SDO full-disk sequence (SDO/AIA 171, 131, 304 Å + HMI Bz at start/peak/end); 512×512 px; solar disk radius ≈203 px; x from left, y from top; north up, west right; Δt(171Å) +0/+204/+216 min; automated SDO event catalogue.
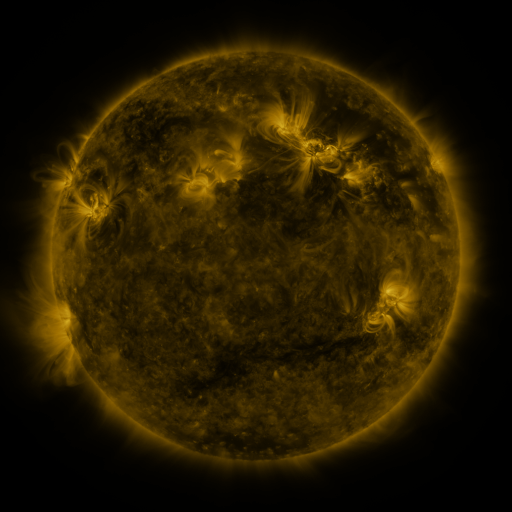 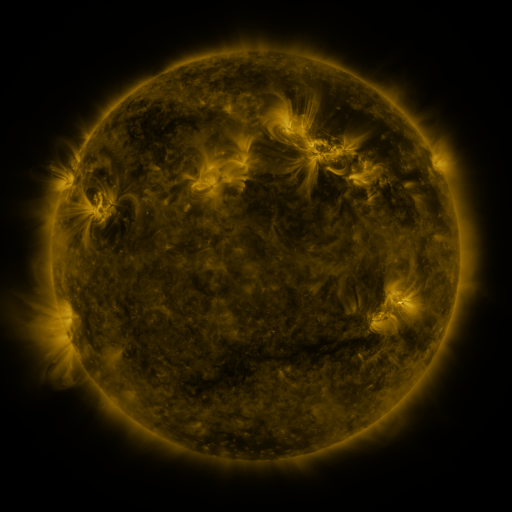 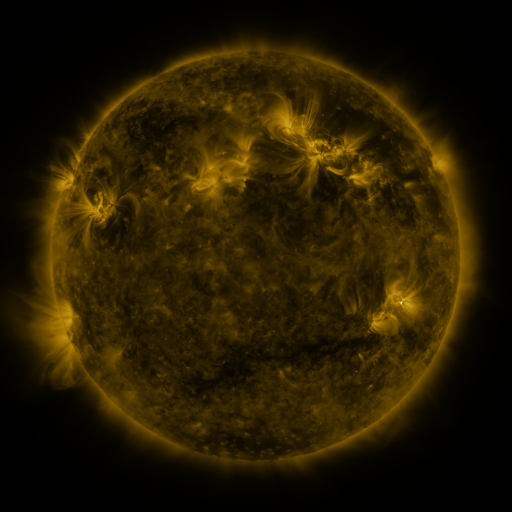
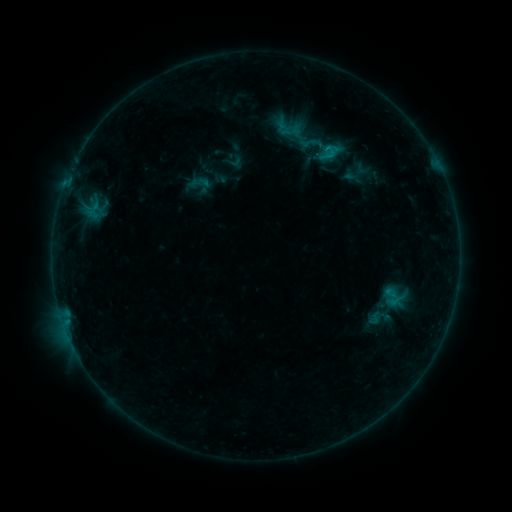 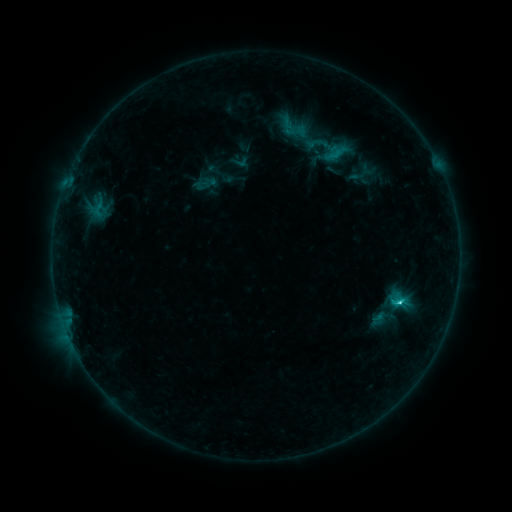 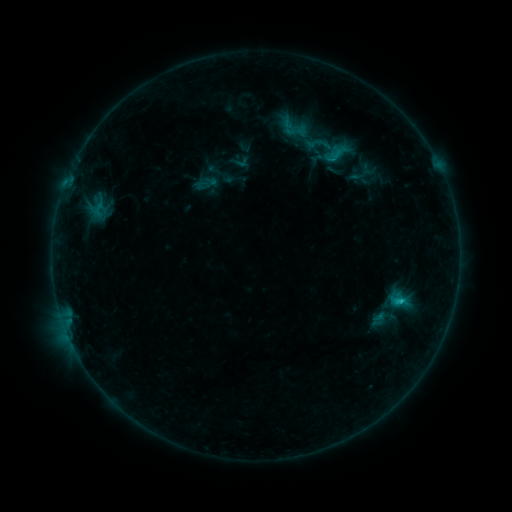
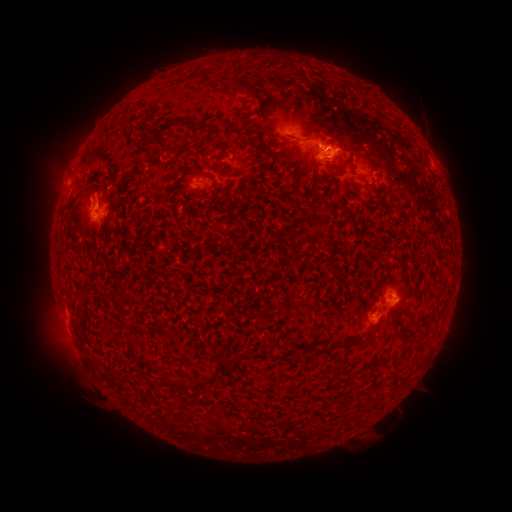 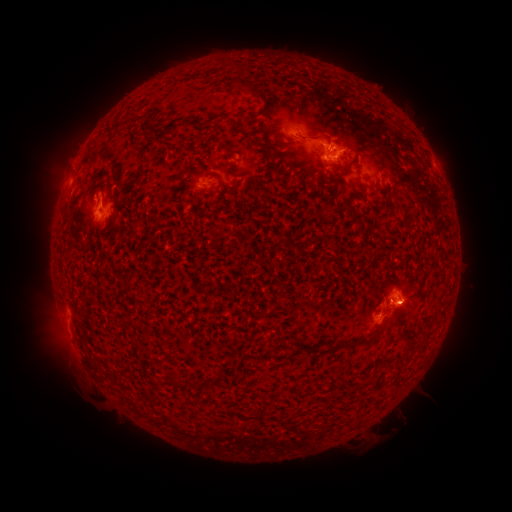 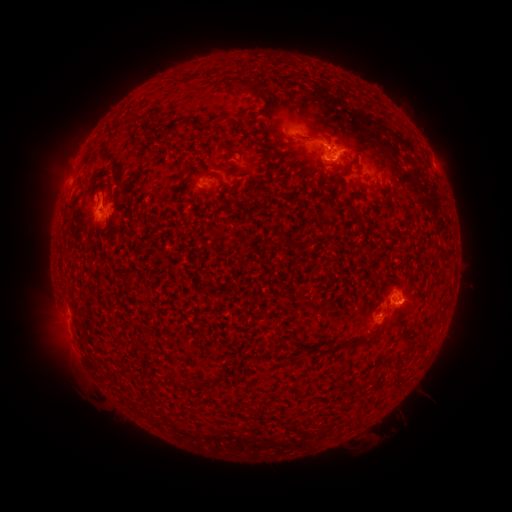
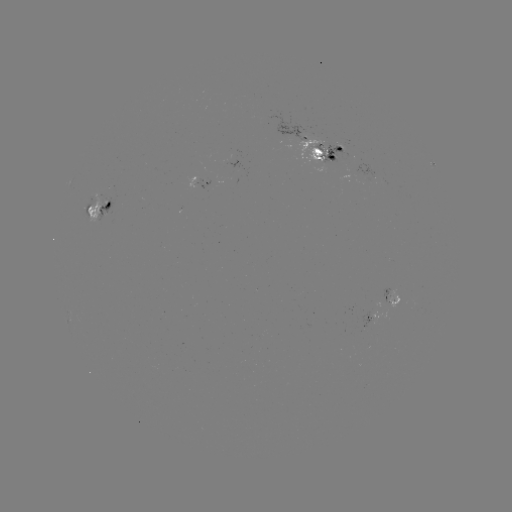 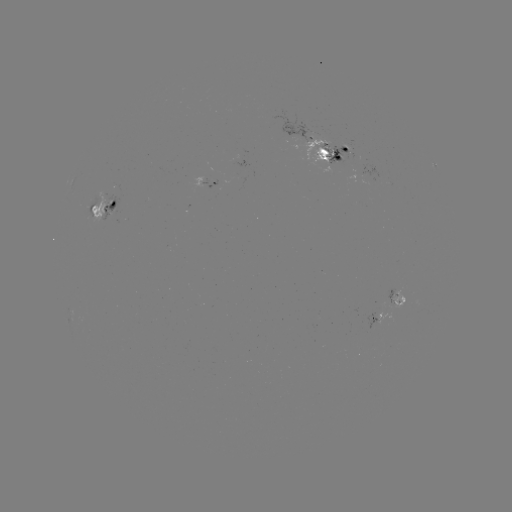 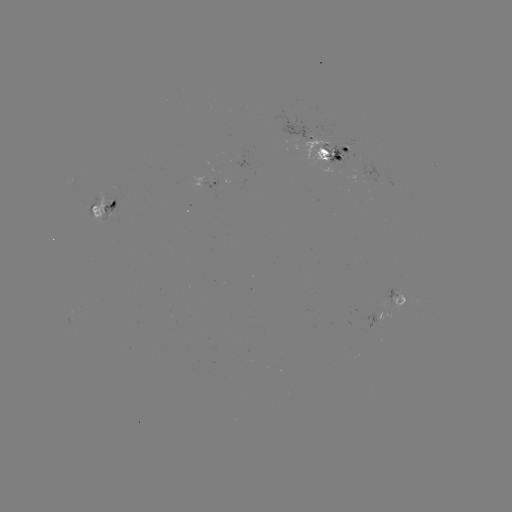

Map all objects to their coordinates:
C2.2 flare: (398, 298)
